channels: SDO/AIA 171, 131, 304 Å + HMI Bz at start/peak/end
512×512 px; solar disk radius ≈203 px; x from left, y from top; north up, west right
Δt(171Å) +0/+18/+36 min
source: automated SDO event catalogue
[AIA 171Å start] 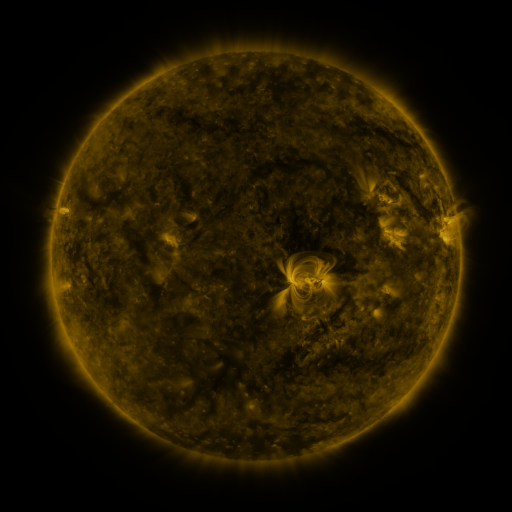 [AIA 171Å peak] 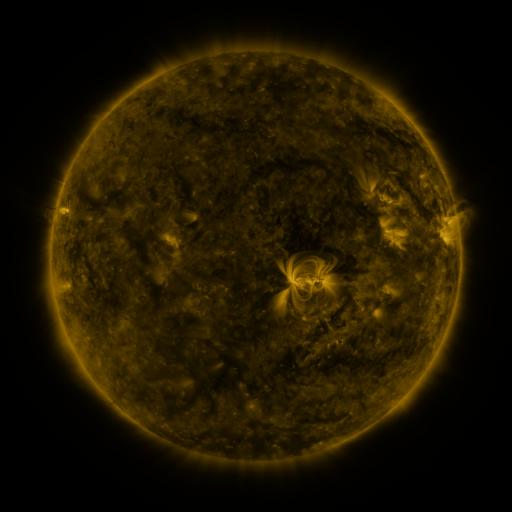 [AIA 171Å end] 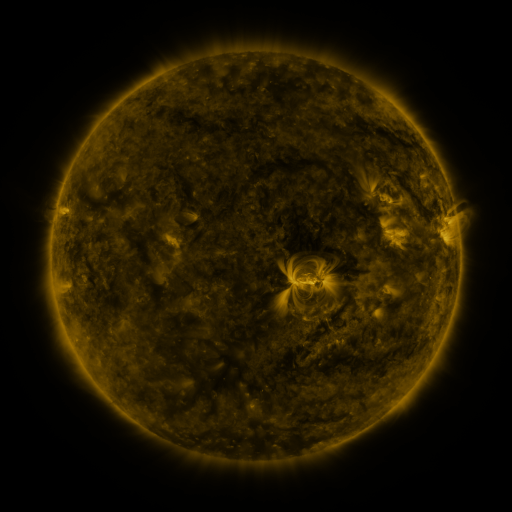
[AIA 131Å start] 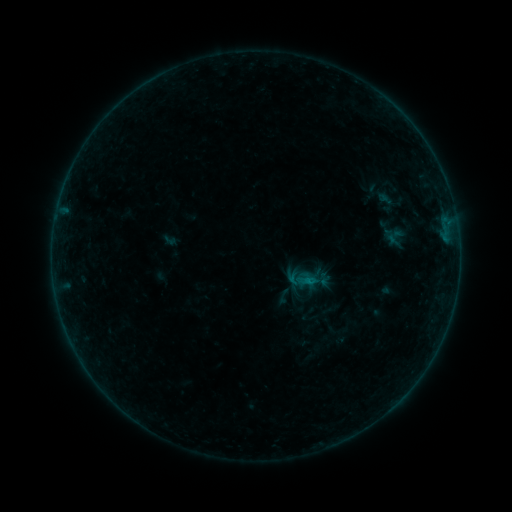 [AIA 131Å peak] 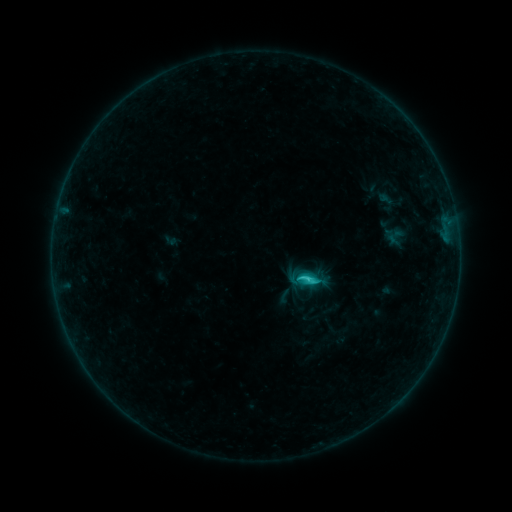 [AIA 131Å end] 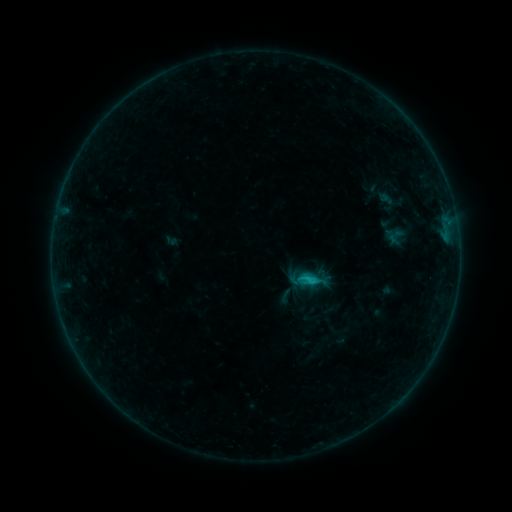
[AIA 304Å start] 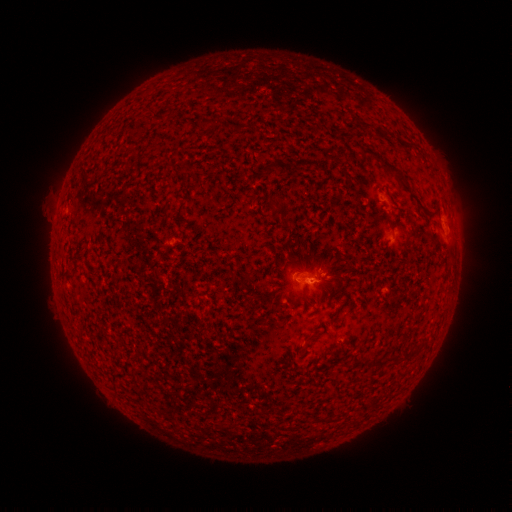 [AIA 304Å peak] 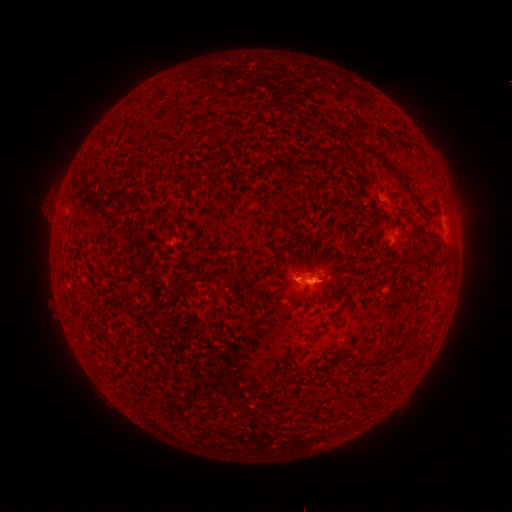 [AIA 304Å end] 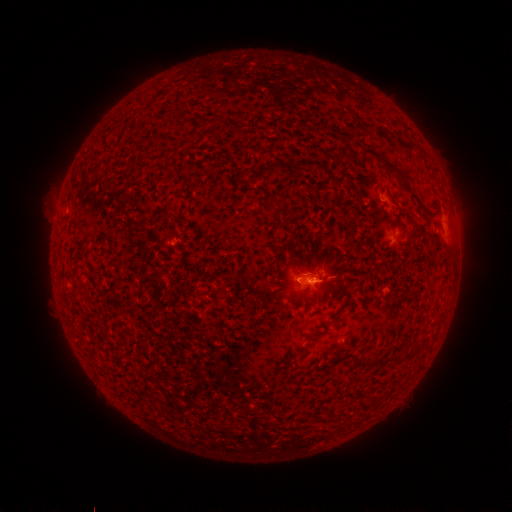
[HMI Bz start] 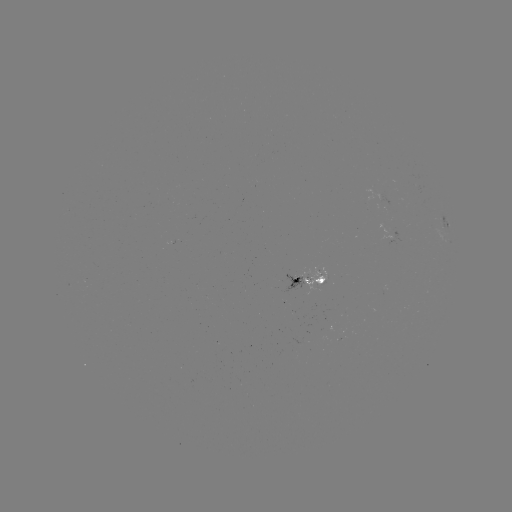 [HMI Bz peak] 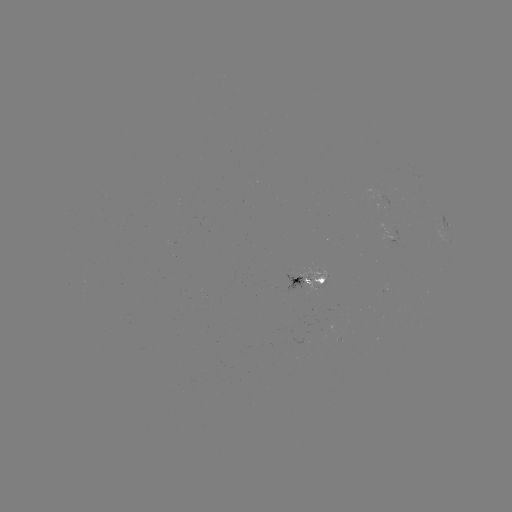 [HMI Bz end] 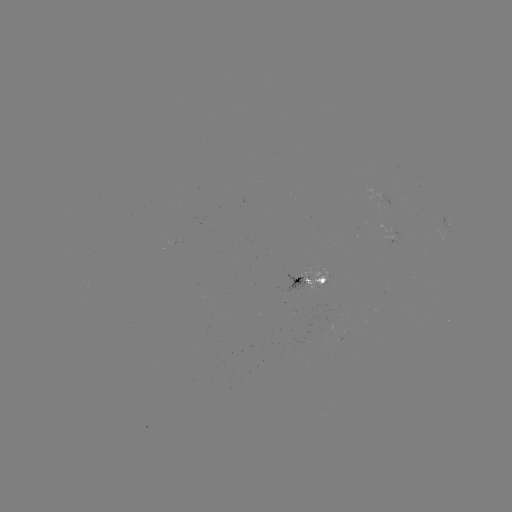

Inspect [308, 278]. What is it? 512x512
C1.8 flare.